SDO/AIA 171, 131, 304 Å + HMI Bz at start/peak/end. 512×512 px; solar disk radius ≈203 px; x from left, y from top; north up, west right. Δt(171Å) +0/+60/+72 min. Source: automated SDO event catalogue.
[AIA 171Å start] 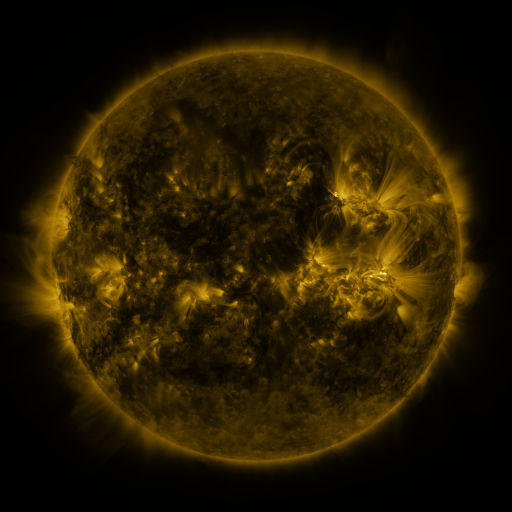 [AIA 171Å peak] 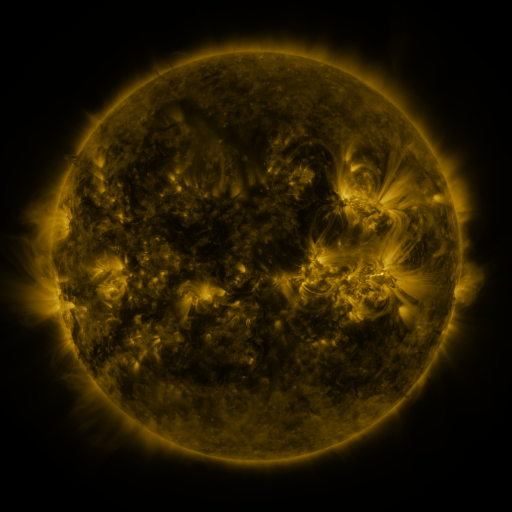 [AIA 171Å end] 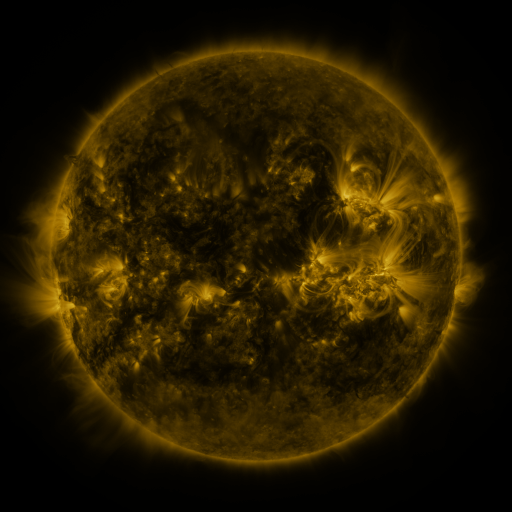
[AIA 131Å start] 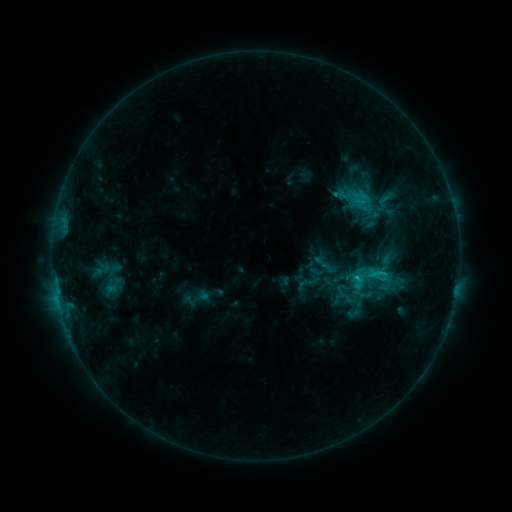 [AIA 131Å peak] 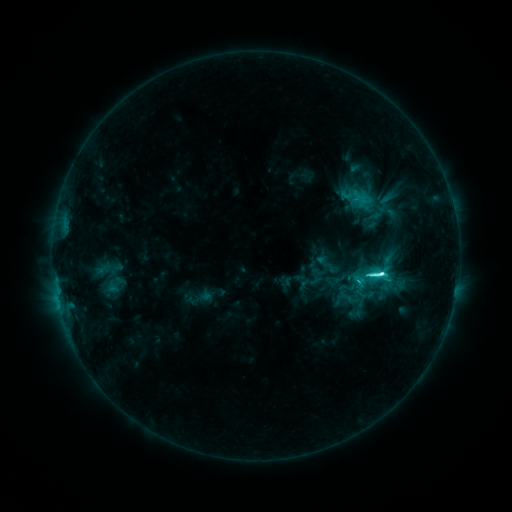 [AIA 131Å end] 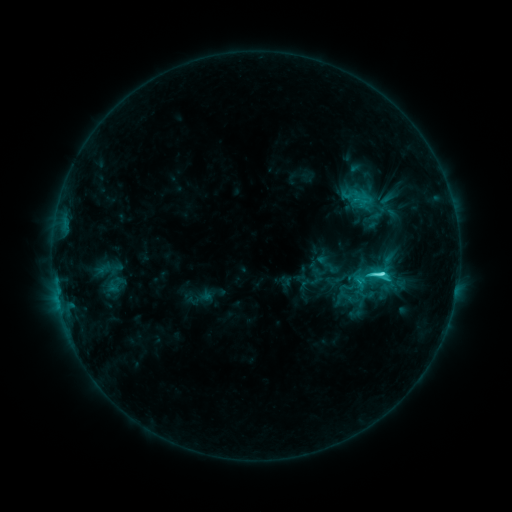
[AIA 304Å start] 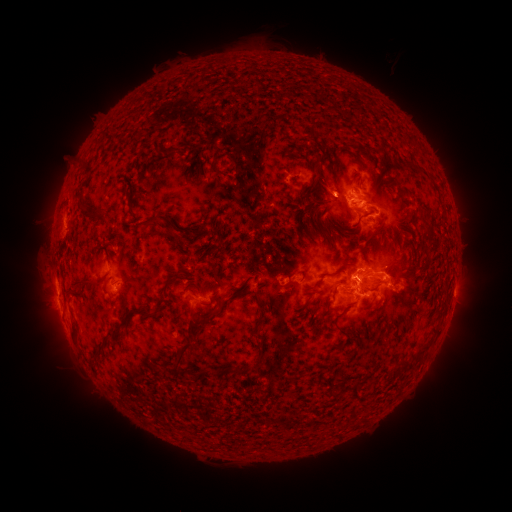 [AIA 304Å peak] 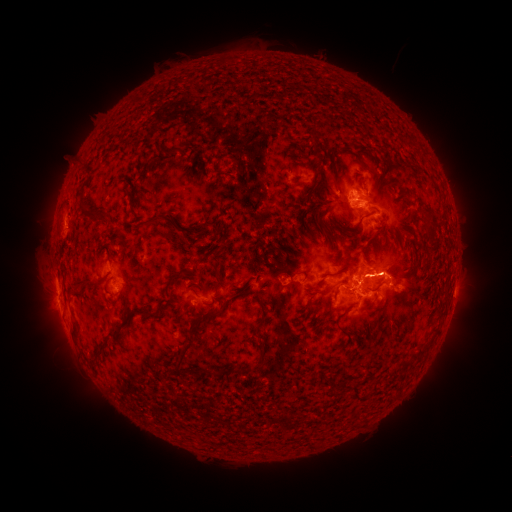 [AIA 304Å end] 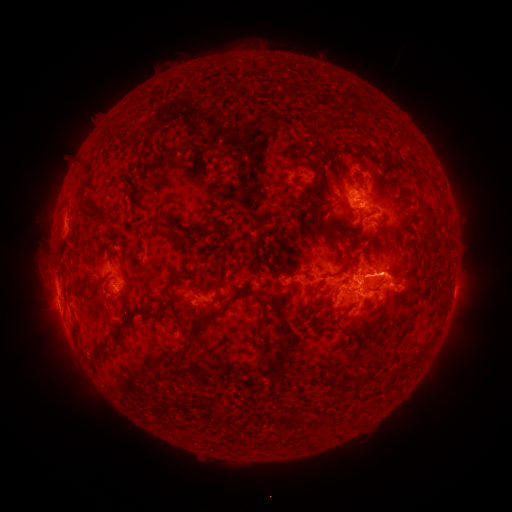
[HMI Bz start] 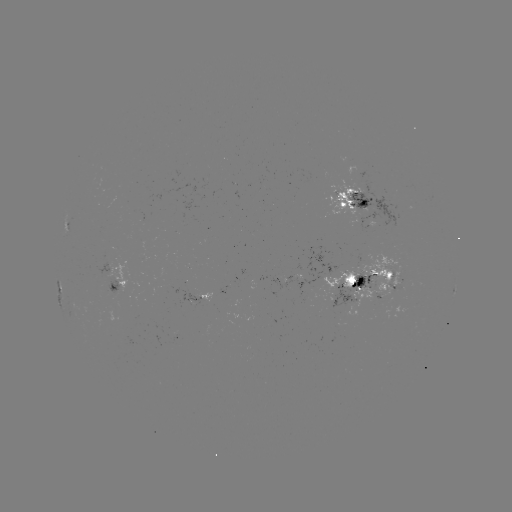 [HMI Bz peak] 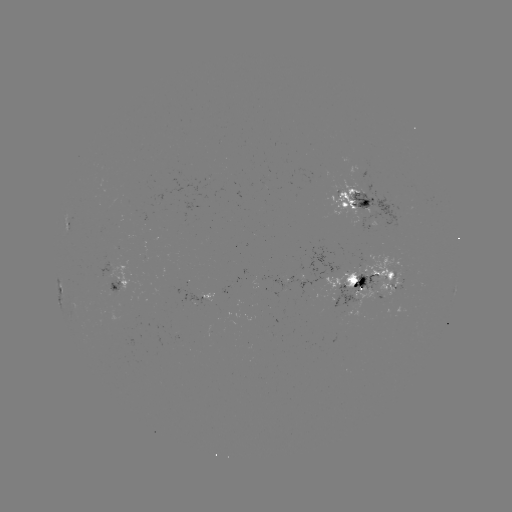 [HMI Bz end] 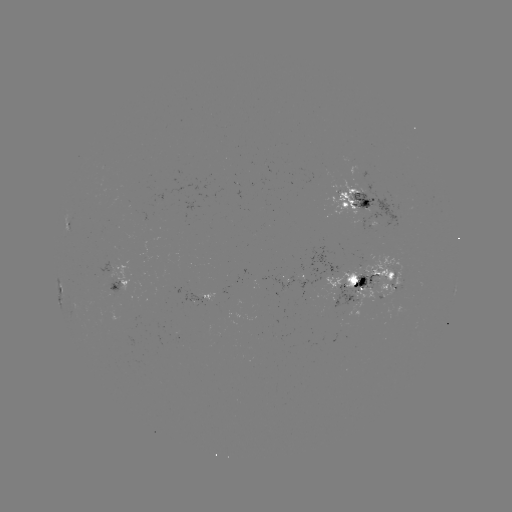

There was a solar emerging-flux region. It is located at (342, 196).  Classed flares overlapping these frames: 1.